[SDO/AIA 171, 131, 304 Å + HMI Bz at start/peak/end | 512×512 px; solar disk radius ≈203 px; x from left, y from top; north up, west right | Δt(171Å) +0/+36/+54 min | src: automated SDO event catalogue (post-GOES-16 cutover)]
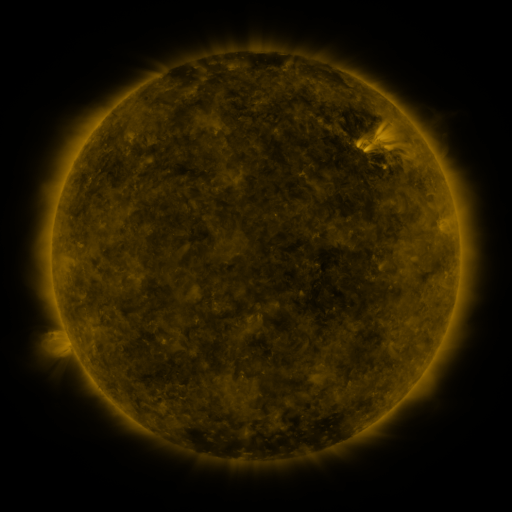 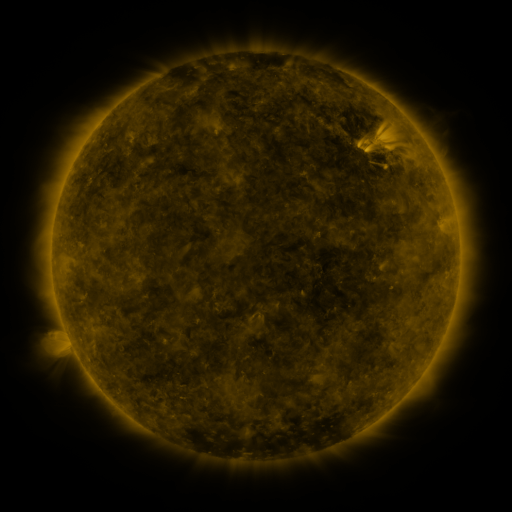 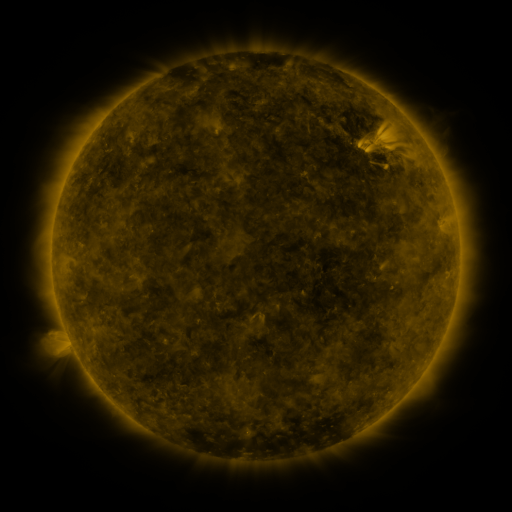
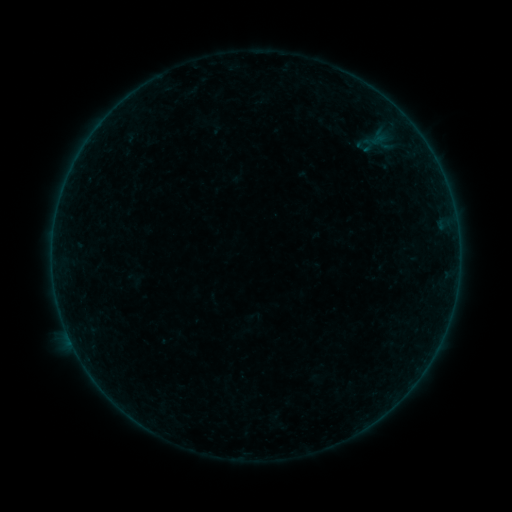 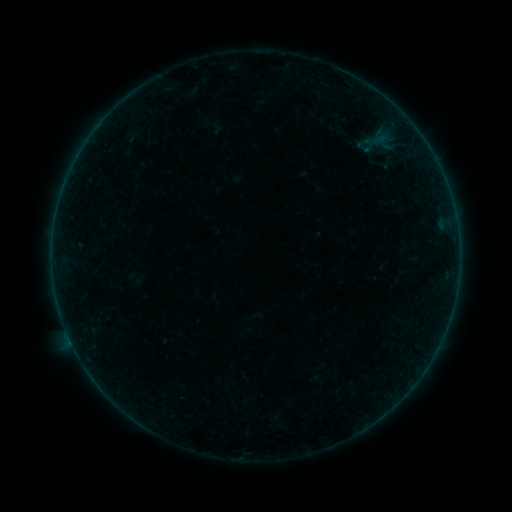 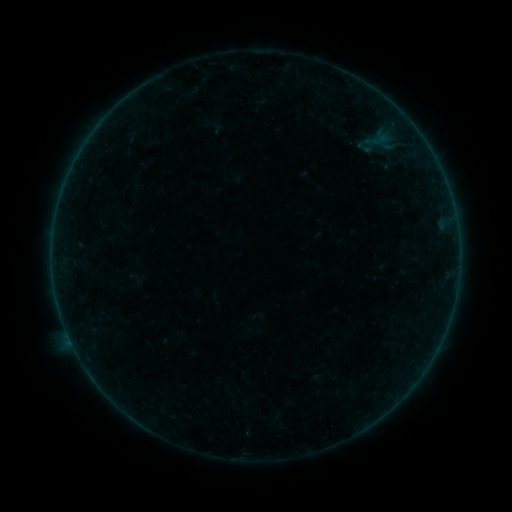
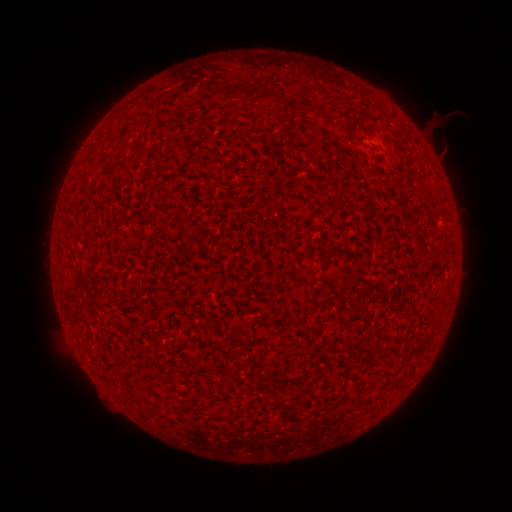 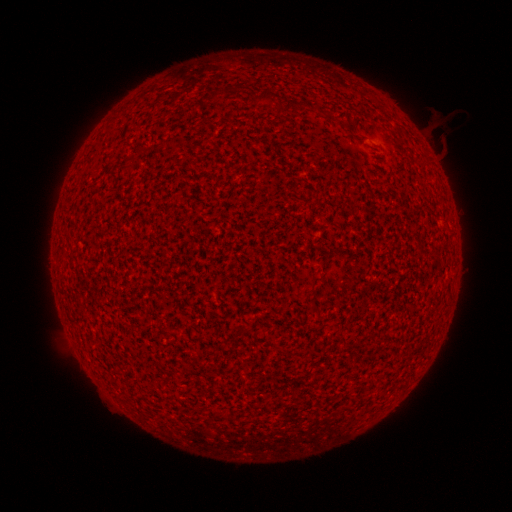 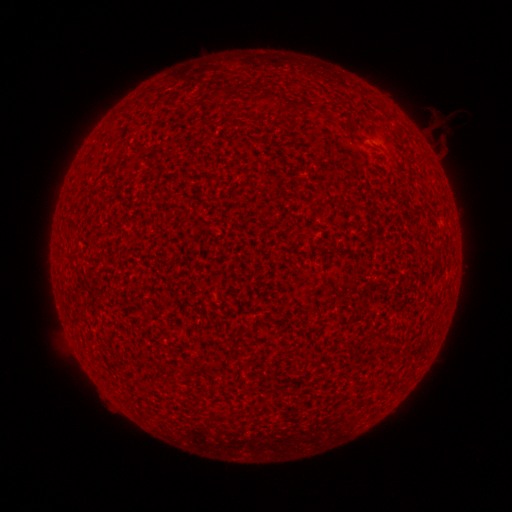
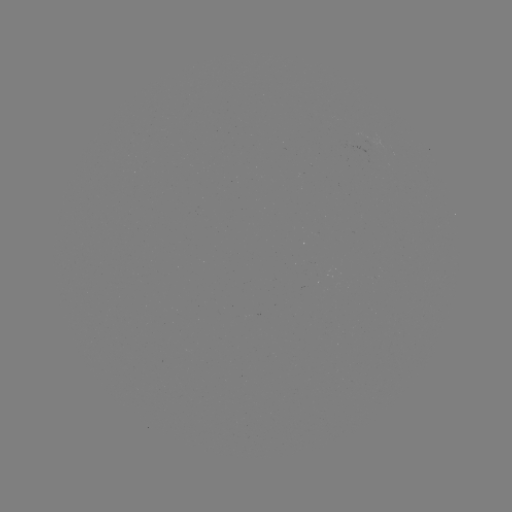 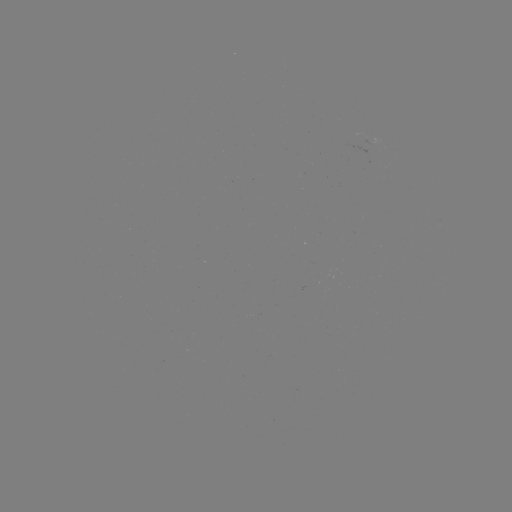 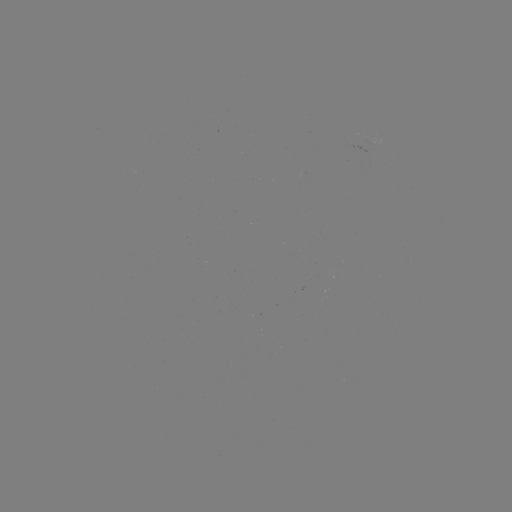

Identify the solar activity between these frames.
A1.7 flare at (73, 344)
